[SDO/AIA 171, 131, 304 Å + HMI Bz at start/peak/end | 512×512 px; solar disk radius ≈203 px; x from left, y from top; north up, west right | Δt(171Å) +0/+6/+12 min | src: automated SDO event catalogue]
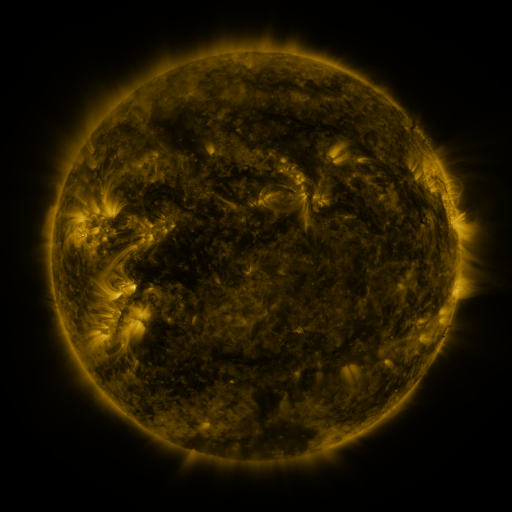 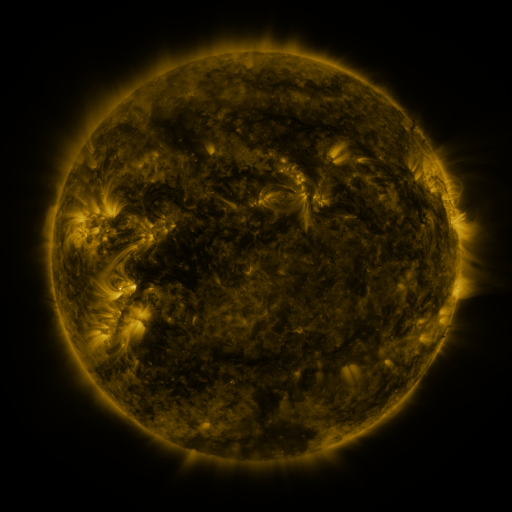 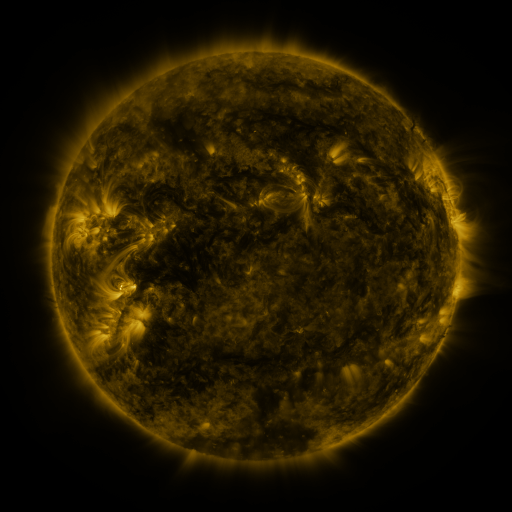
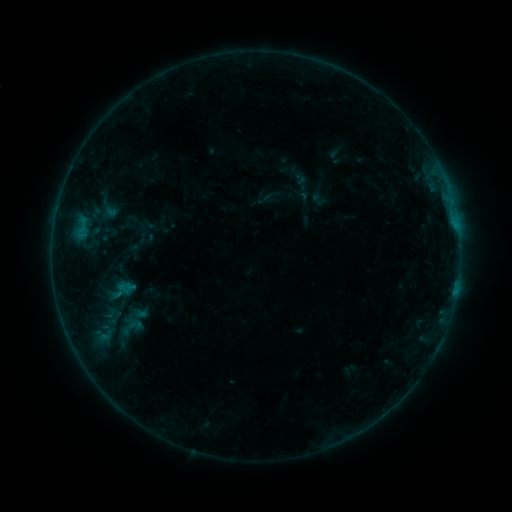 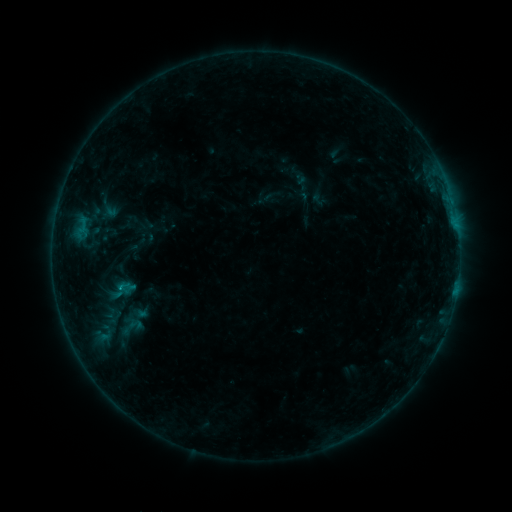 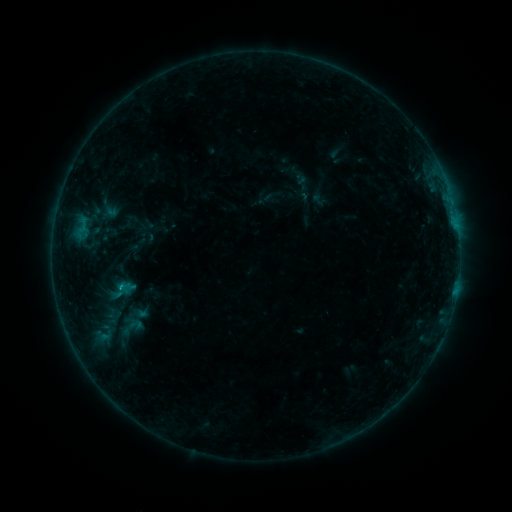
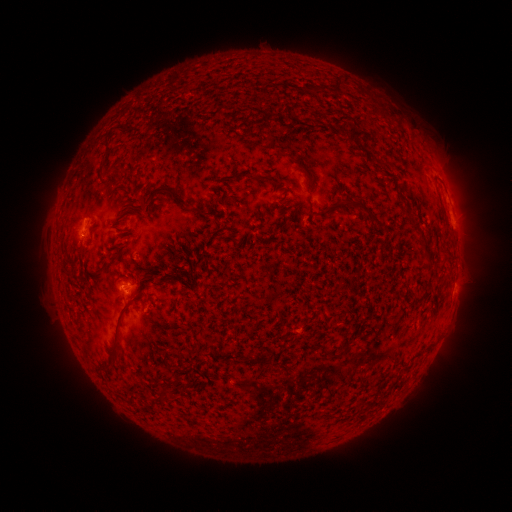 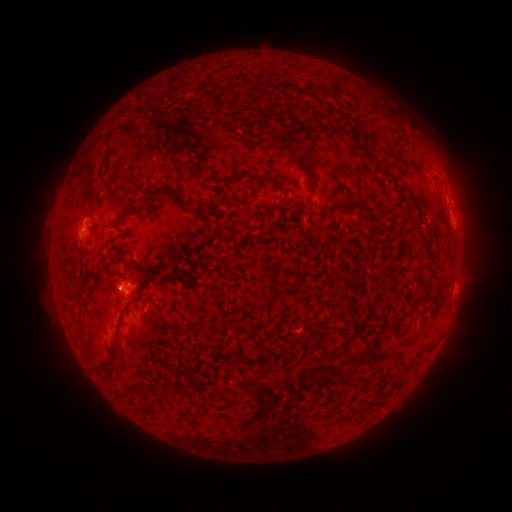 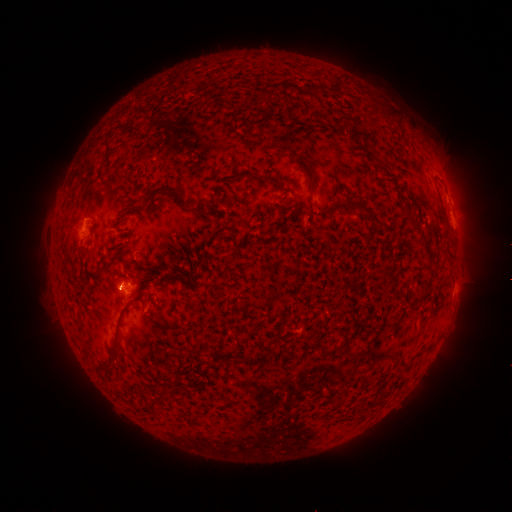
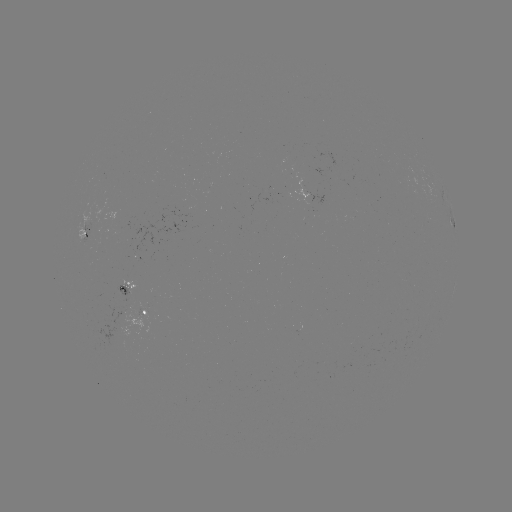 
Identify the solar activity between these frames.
B3.8 flare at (119, 285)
